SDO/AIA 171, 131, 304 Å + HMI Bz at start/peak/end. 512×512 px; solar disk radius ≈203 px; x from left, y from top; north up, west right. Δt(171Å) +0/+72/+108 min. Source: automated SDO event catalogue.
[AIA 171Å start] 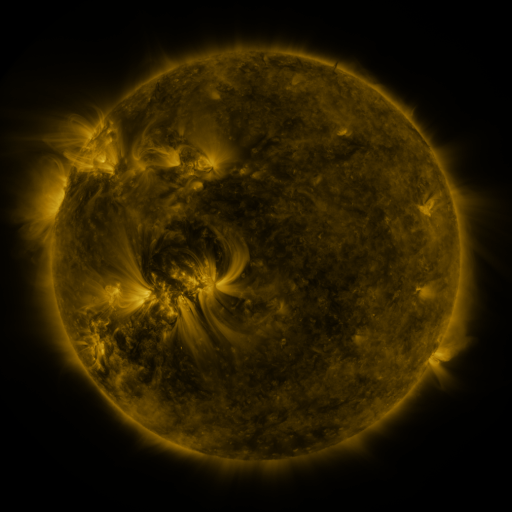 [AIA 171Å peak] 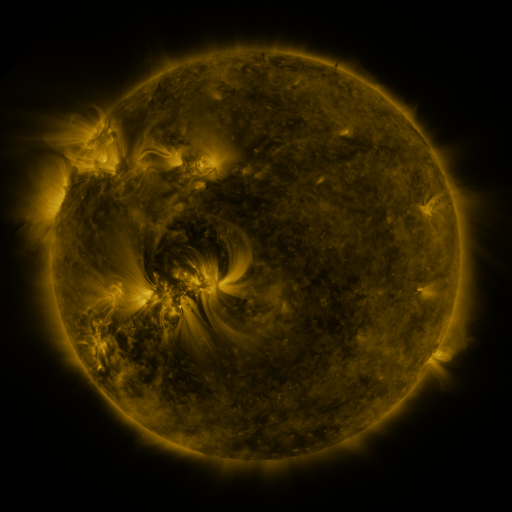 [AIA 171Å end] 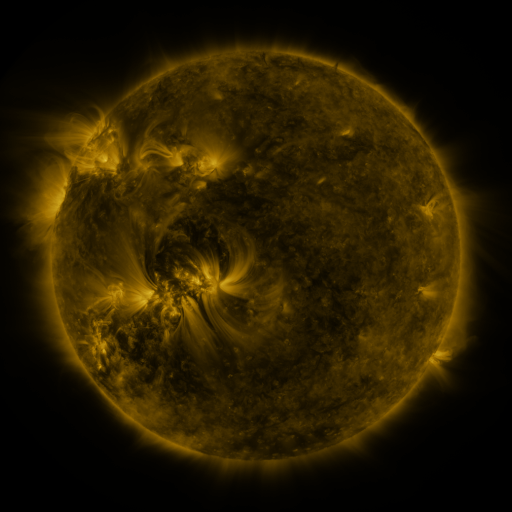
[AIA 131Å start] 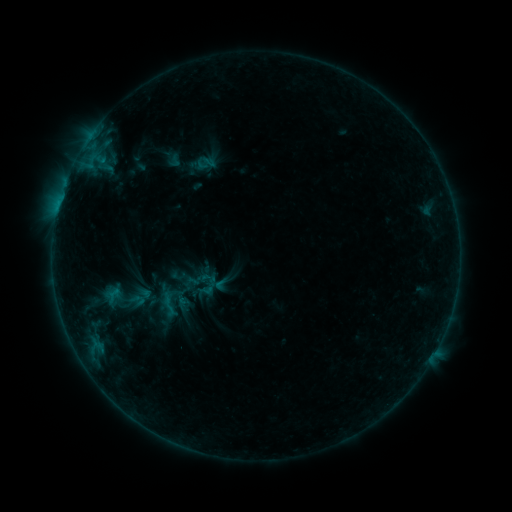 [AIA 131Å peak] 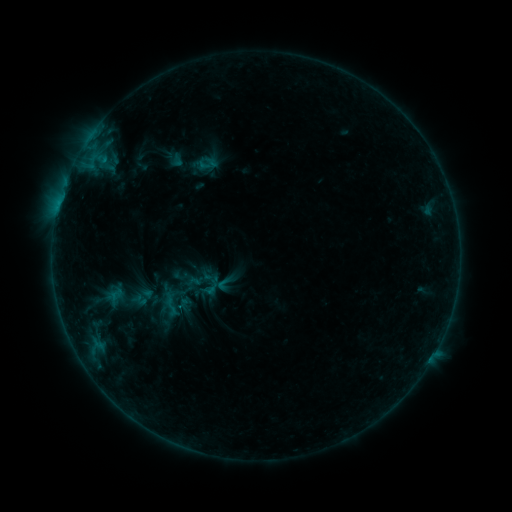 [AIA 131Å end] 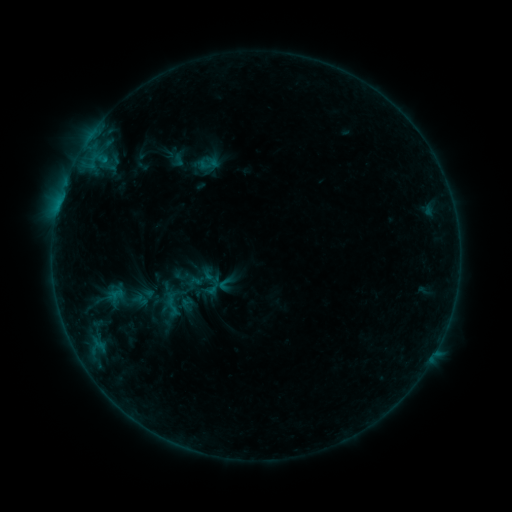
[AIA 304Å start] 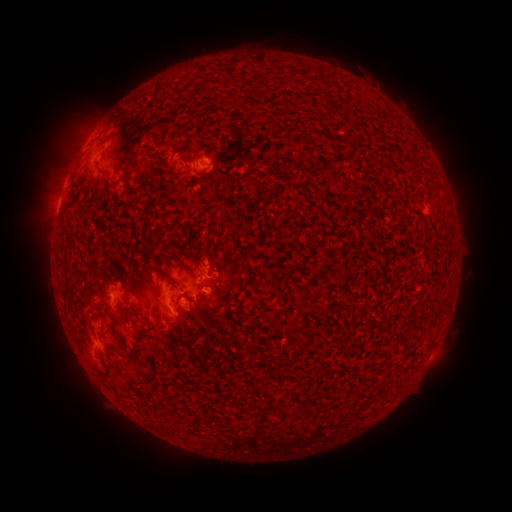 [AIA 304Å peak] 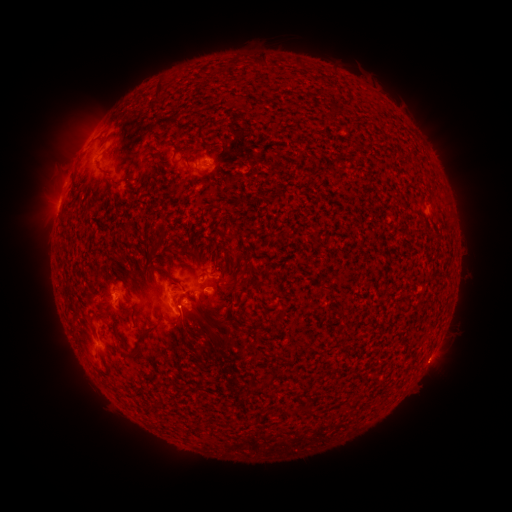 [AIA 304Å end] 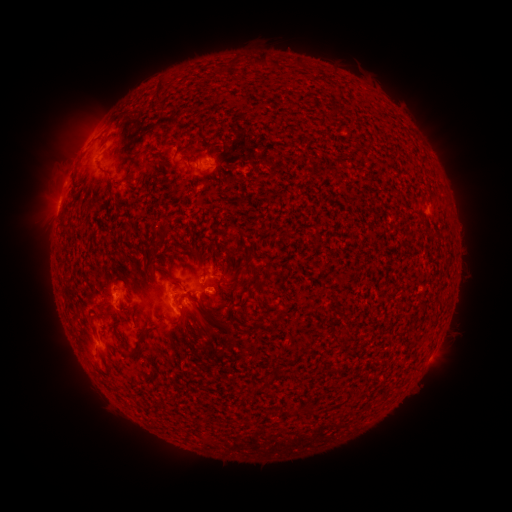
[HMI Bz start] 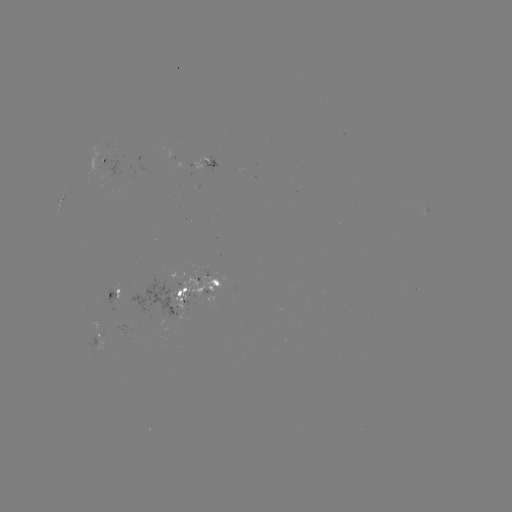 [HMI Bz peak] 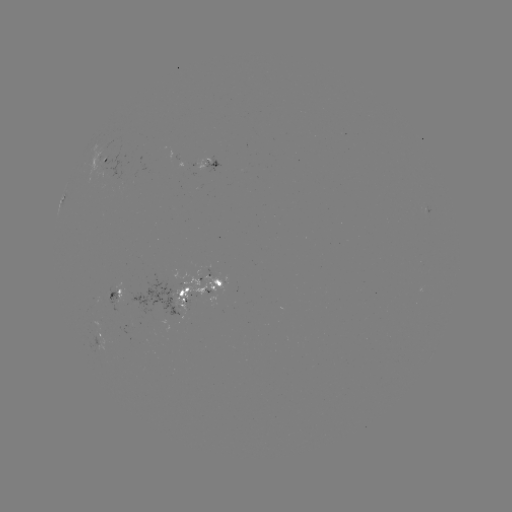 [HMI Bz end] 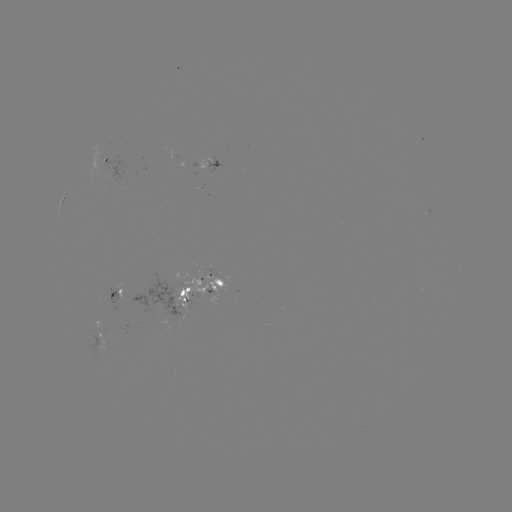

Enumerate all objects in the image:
emerging-flux region: (98, 322)
